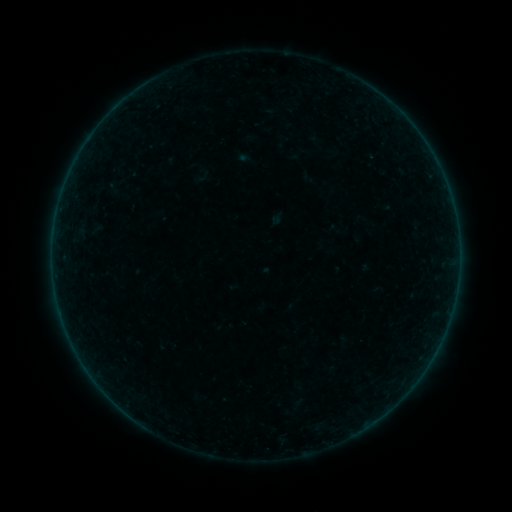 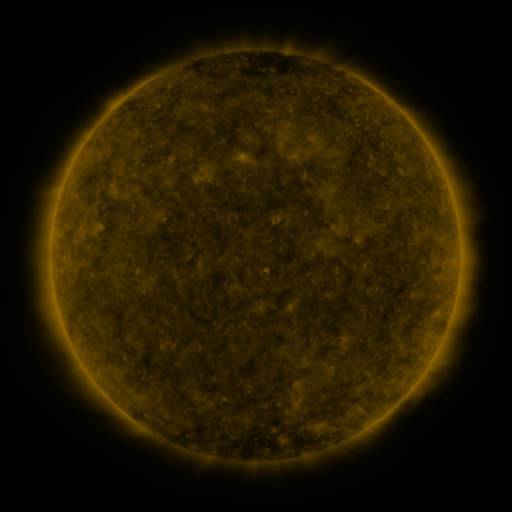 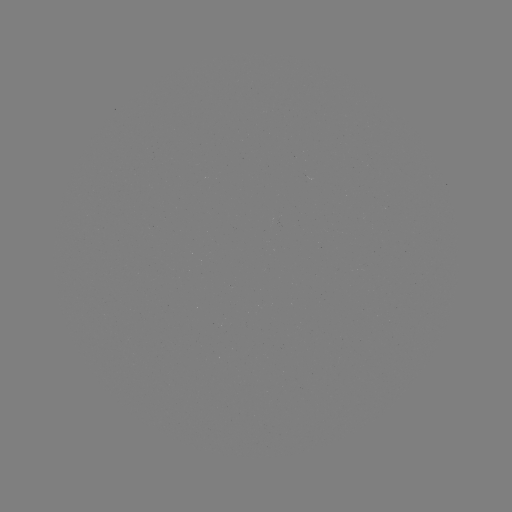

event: sigmoid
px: (202, 177)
